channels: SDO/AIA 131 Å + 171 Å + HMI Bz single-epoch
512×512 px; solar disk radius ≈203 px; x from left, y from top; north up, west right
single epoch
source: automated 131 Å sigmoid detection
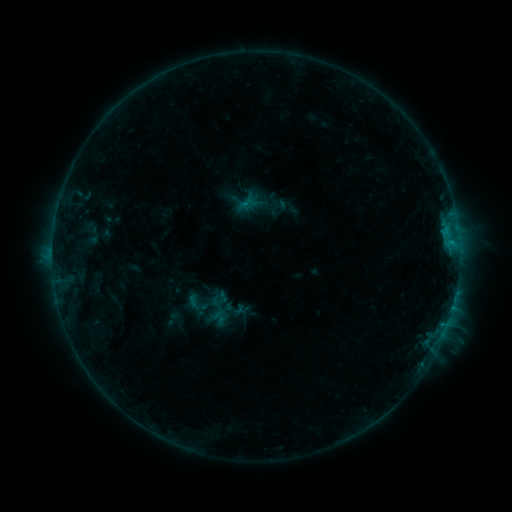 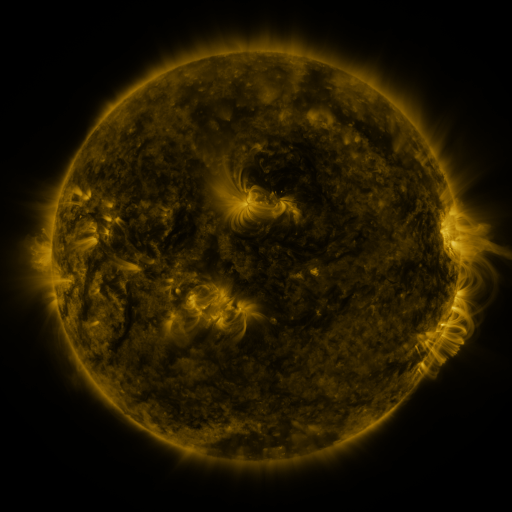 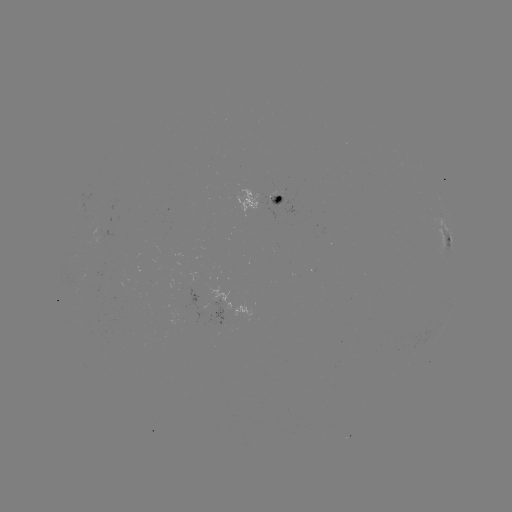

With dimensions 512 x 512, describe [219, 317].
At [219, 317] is sigmoid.